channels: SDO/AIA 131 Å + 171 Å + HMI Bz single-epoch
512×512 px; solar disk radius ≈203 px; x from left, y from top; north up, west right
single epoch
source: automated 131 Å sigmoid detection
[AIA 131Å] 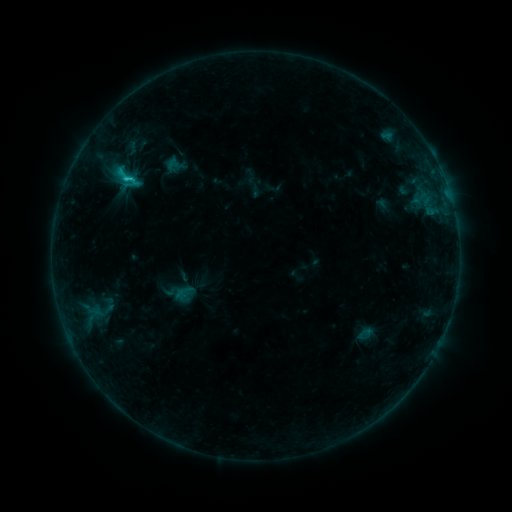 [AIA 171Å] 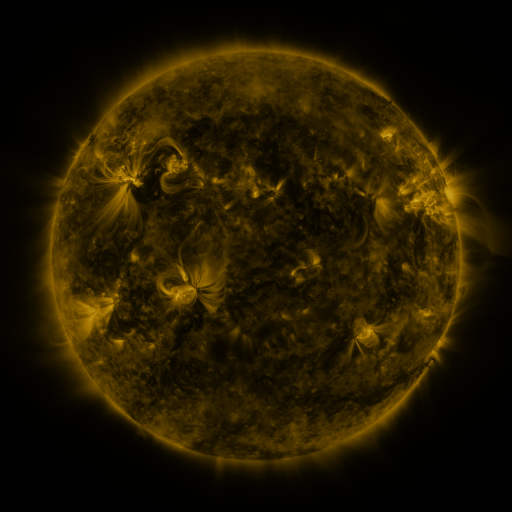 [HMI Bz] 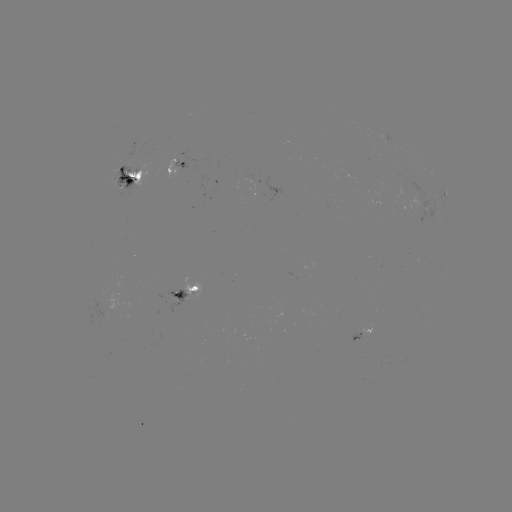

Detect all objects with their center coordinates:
sigmoid: [115, 165, 135, 185]
